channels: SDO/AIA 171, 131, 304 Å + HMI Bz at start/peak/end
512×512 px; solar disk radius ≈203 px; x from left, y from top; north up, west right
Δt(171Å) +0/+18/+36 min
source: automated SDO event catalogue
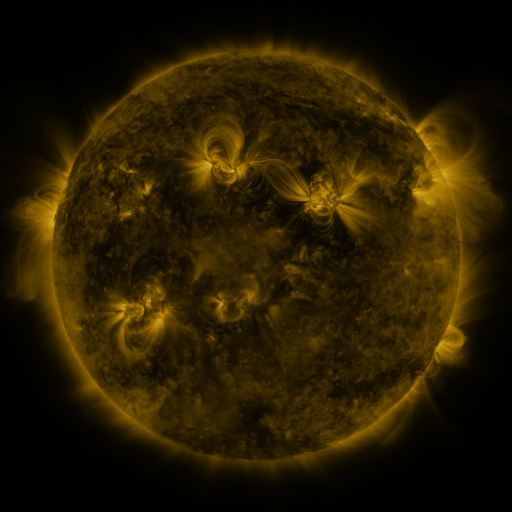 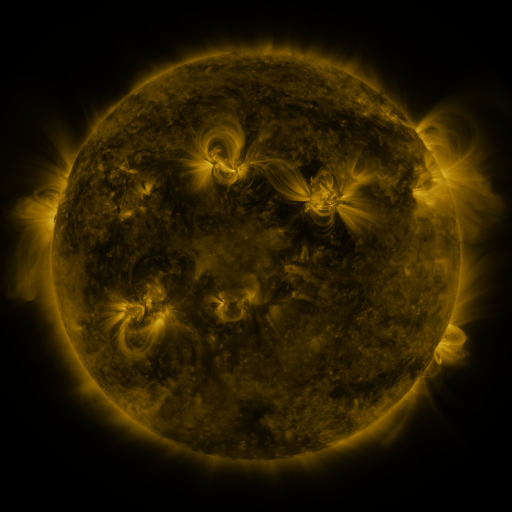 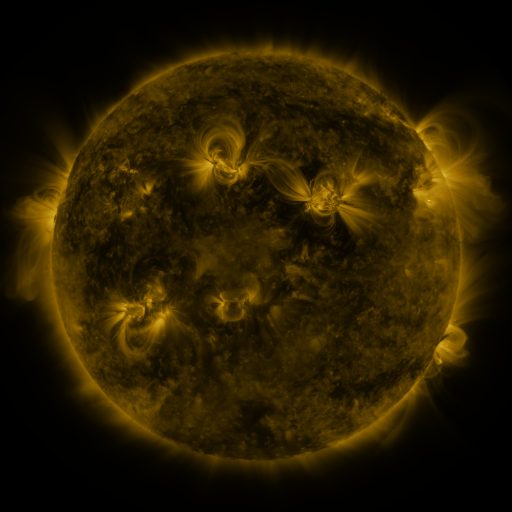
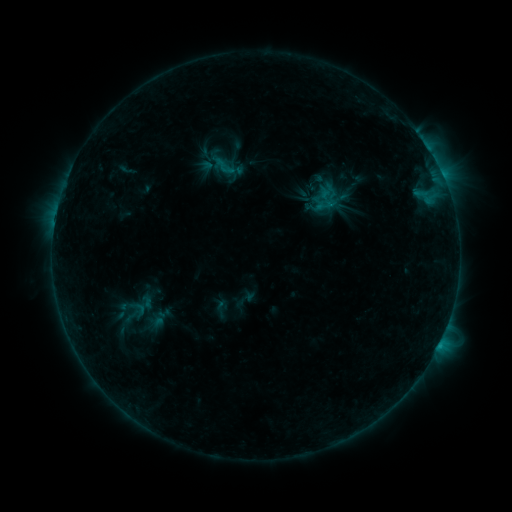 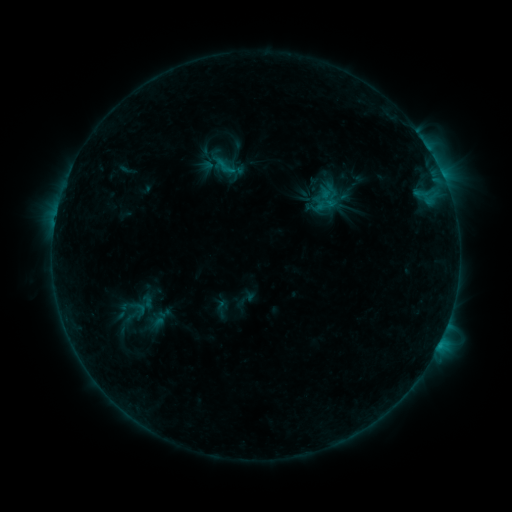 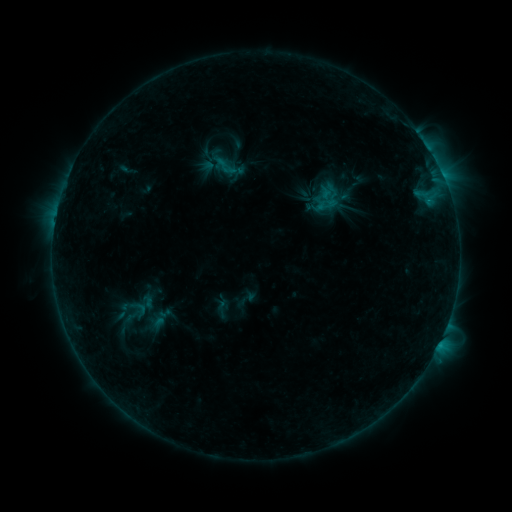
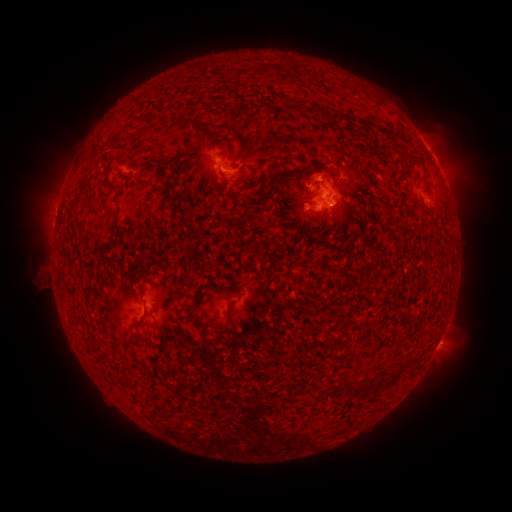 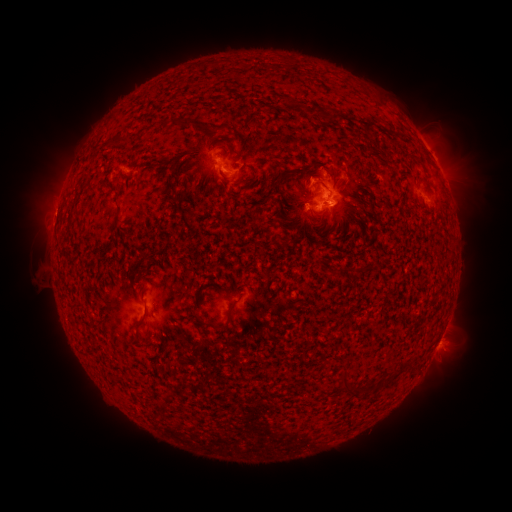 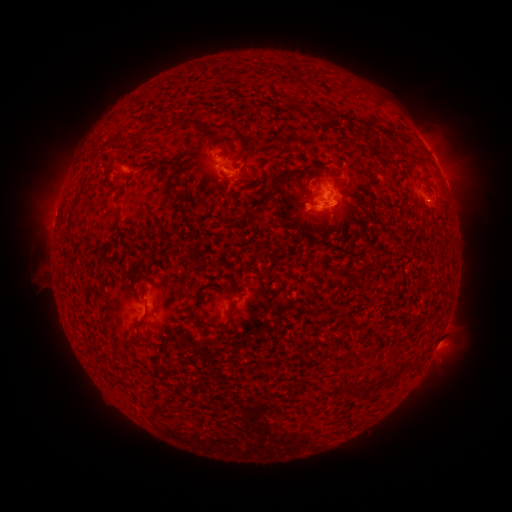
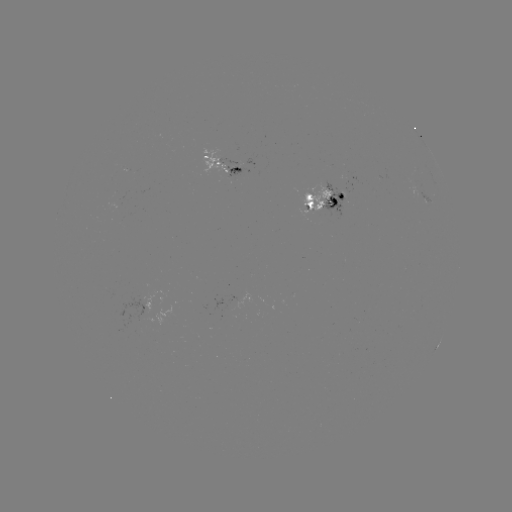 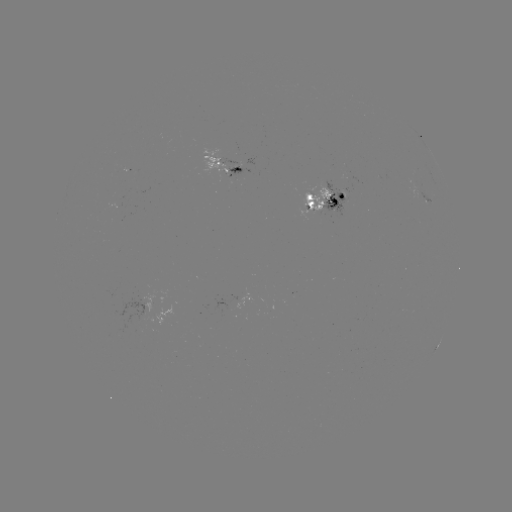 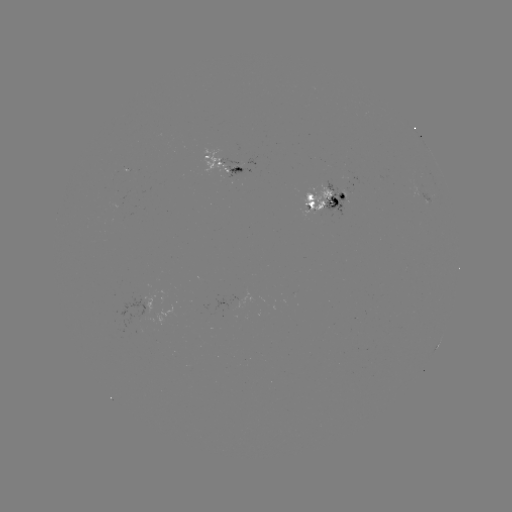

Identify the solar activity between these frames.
emerging-flux region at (238, 167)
